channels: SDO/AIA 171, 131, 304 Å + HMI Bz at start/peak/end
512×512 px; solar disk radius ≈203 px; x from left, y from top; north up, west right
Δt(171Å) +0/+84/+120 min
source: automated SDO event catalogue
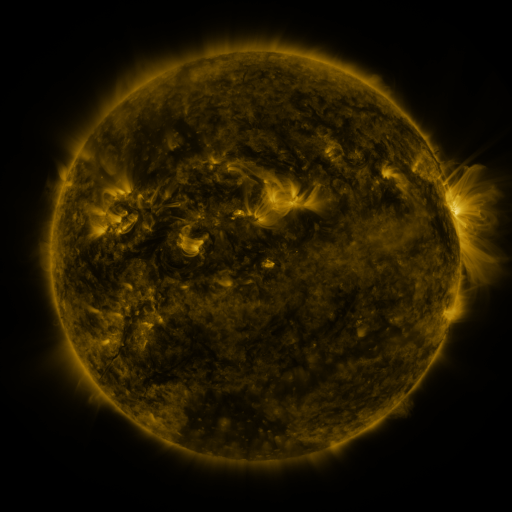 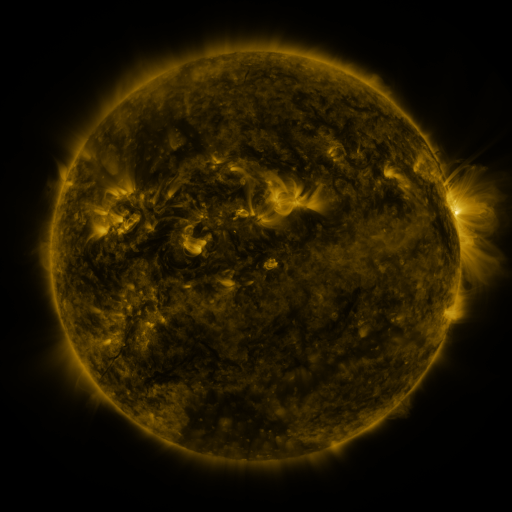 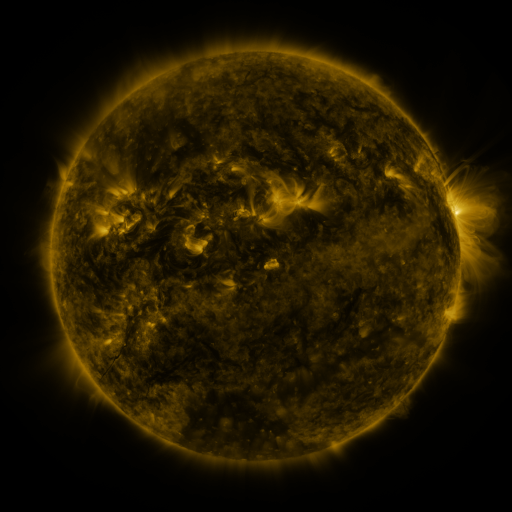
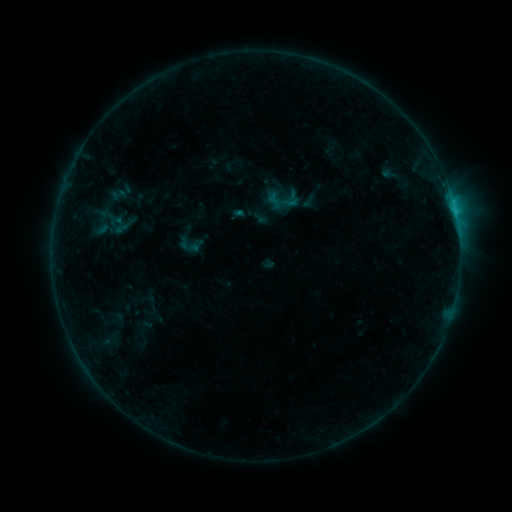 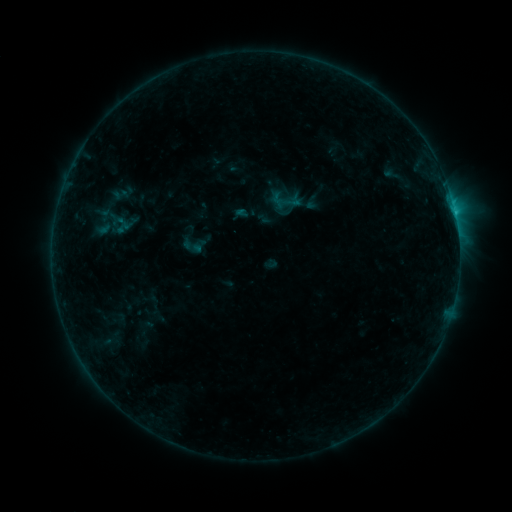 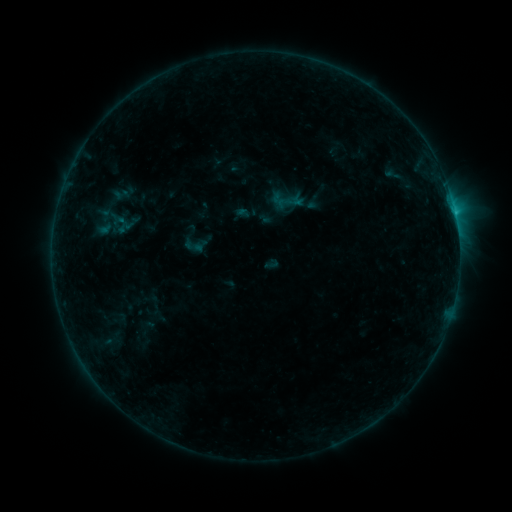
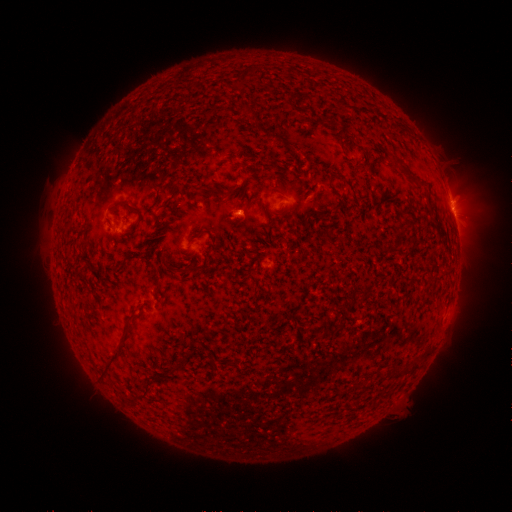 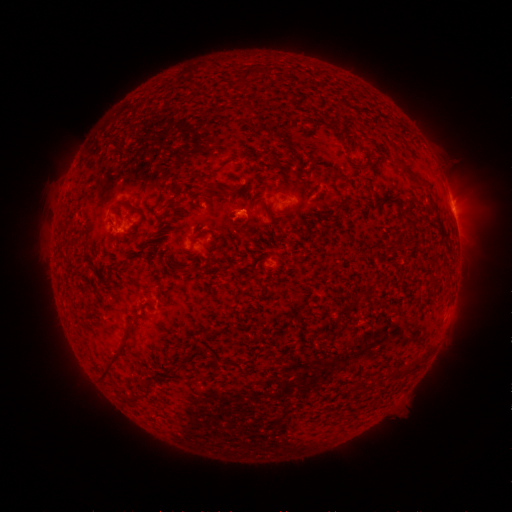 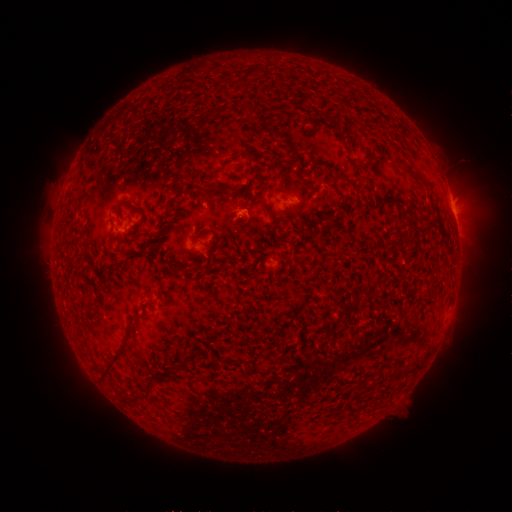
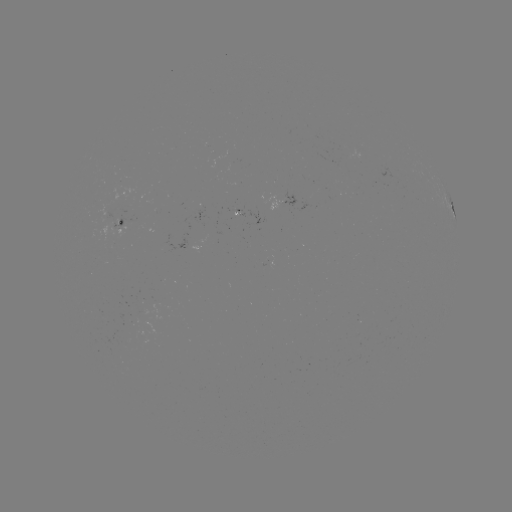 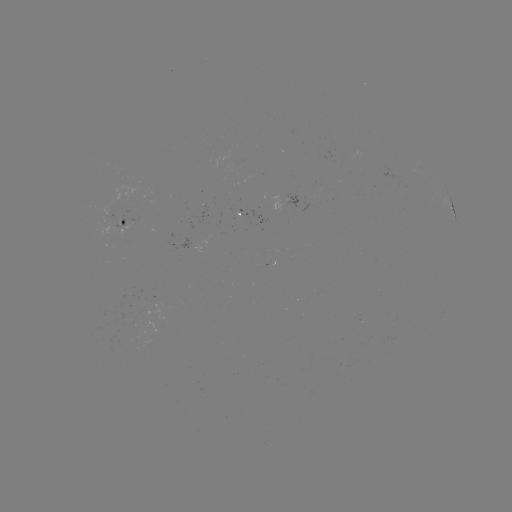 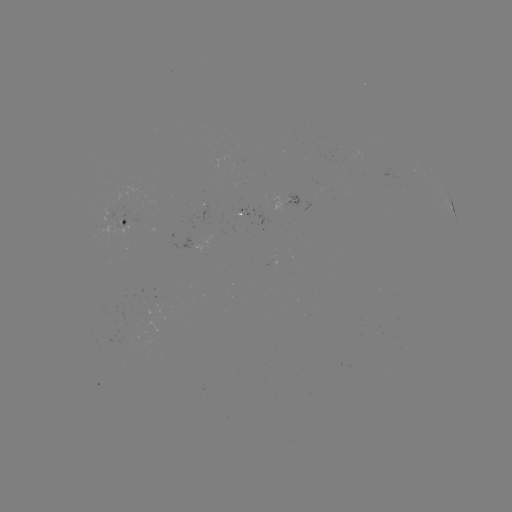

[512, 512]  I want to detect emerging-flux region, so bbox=[117, 207, 128, 226].